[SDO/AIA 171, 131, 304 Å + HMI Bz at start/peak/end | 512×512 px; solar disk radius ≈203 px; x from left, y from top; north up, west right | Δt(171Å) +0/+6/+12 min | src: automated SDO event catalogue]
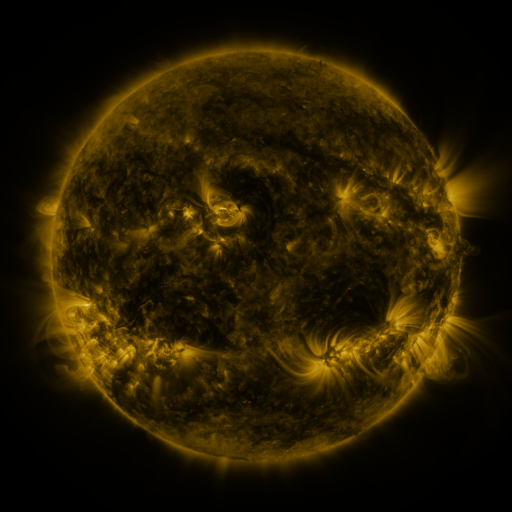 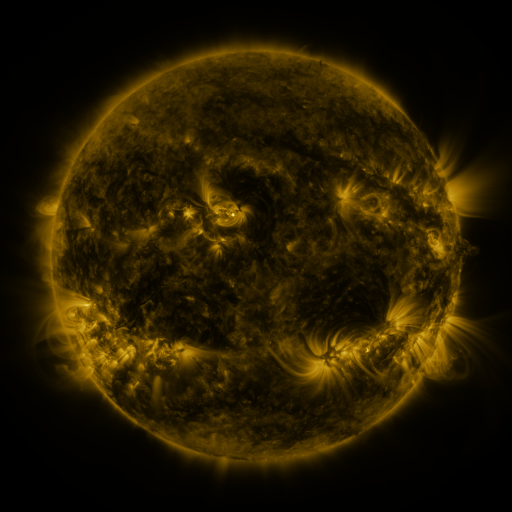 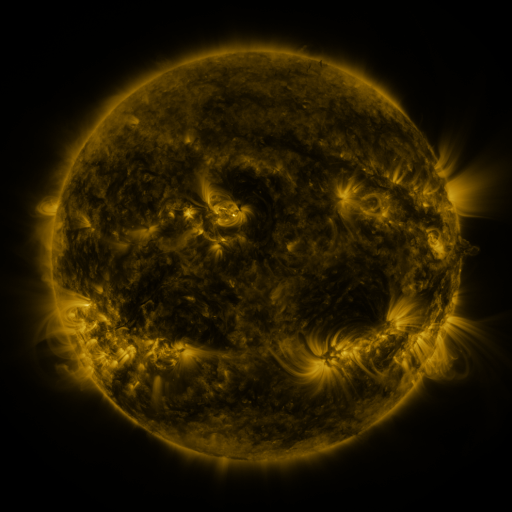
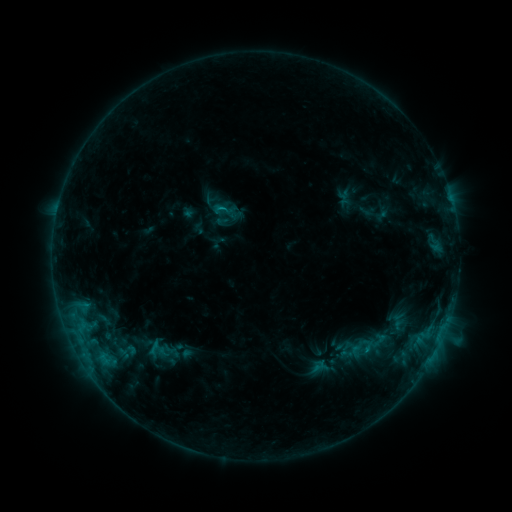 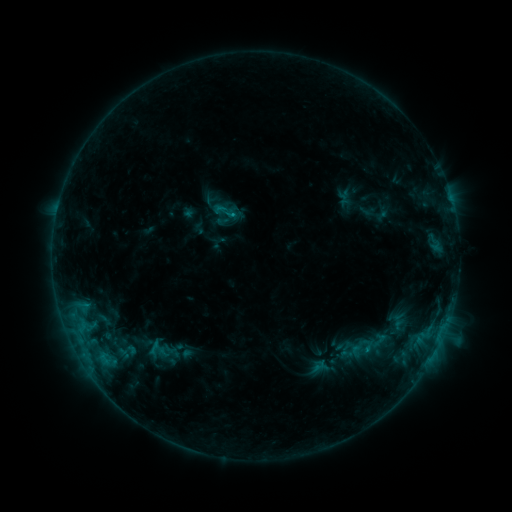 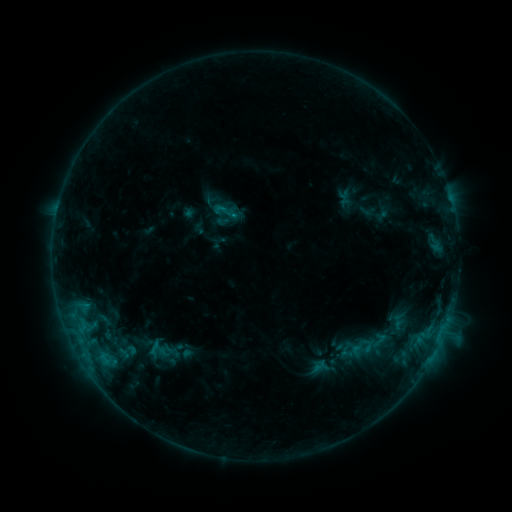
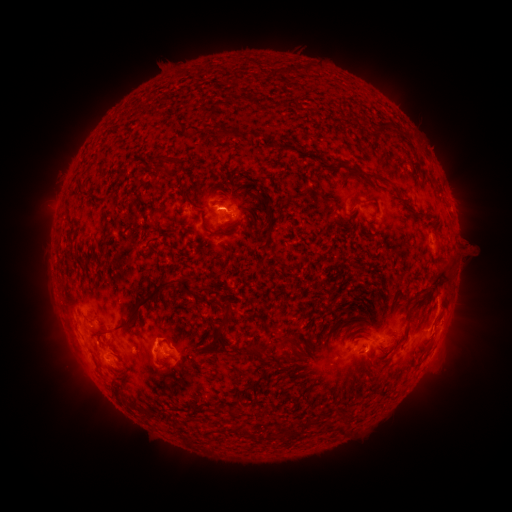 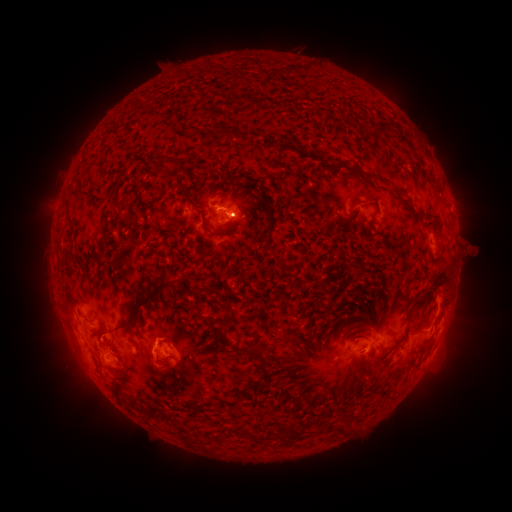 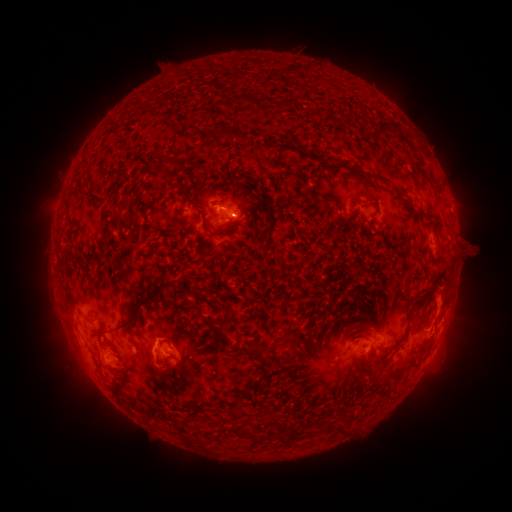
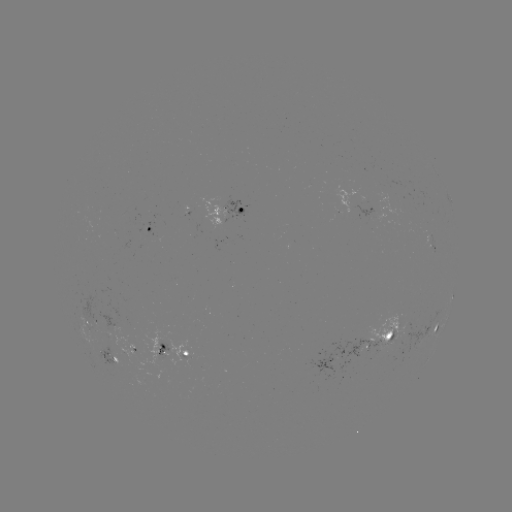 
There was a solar eruption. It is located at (70, 346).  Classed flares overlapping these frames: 1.